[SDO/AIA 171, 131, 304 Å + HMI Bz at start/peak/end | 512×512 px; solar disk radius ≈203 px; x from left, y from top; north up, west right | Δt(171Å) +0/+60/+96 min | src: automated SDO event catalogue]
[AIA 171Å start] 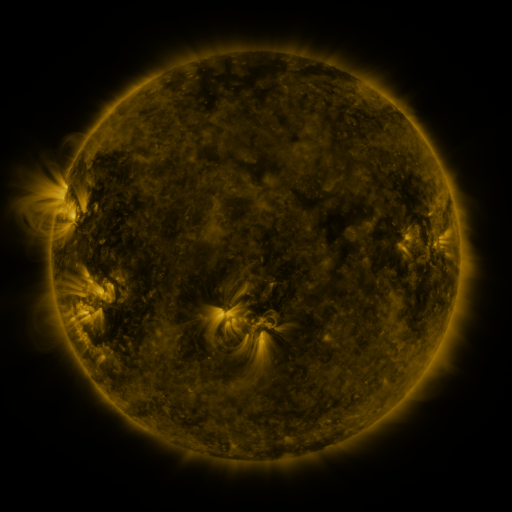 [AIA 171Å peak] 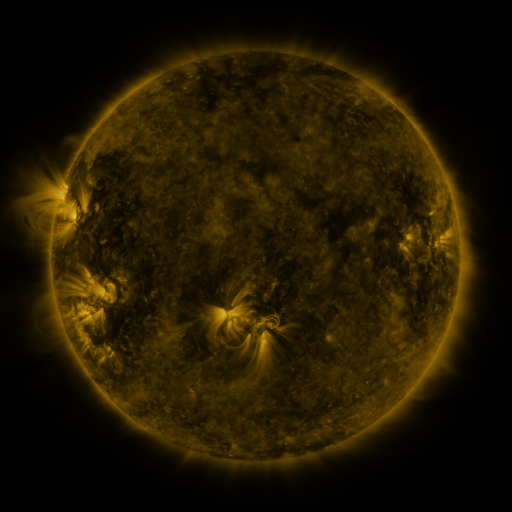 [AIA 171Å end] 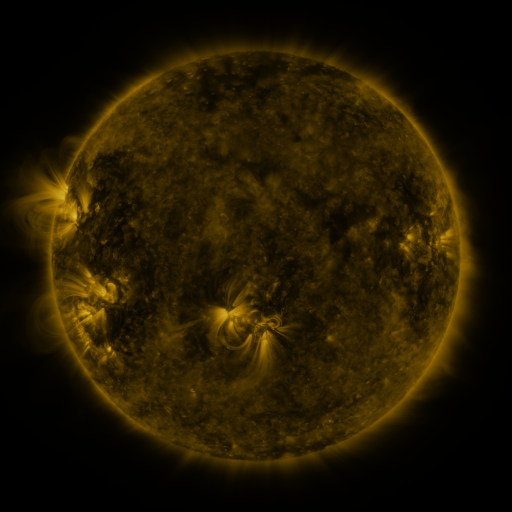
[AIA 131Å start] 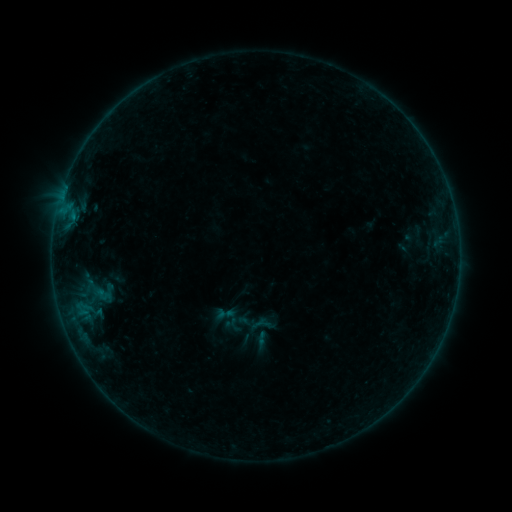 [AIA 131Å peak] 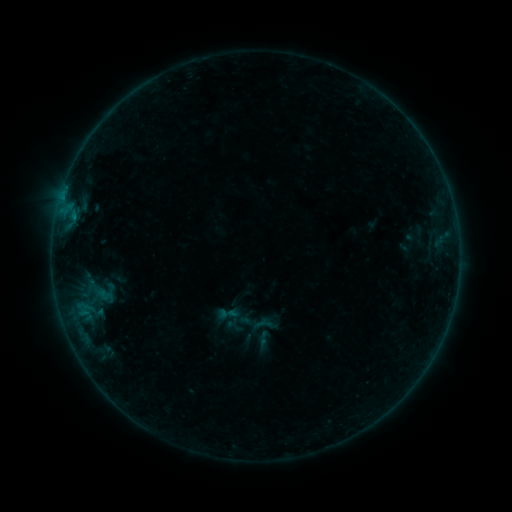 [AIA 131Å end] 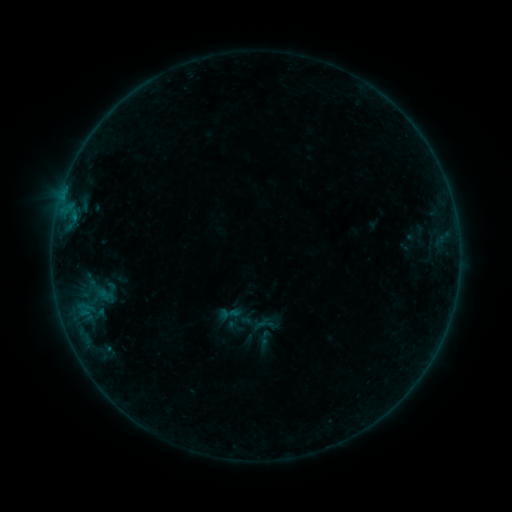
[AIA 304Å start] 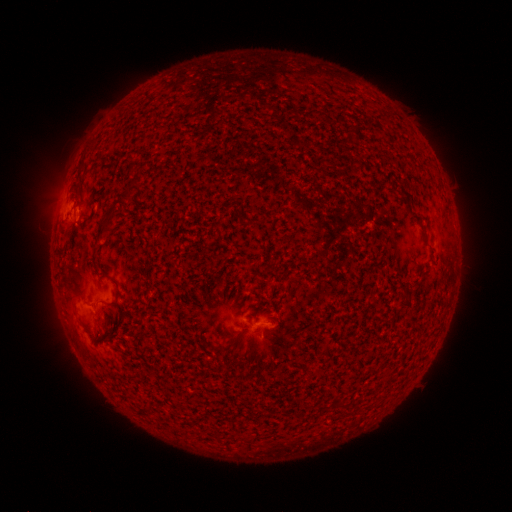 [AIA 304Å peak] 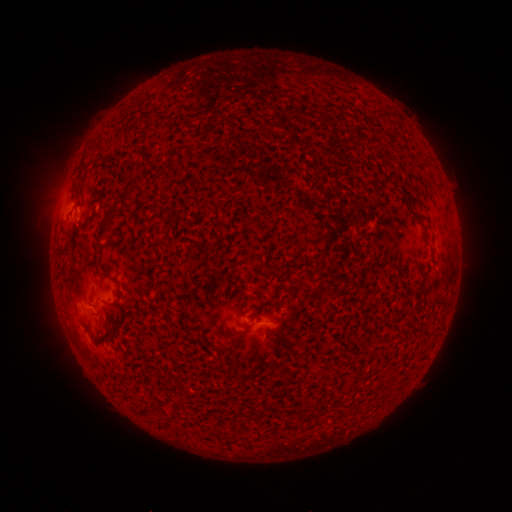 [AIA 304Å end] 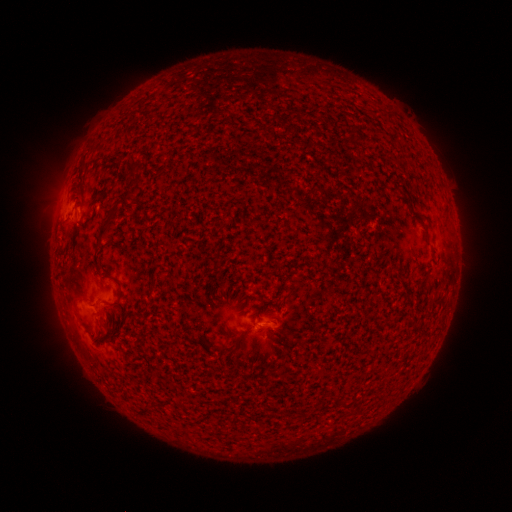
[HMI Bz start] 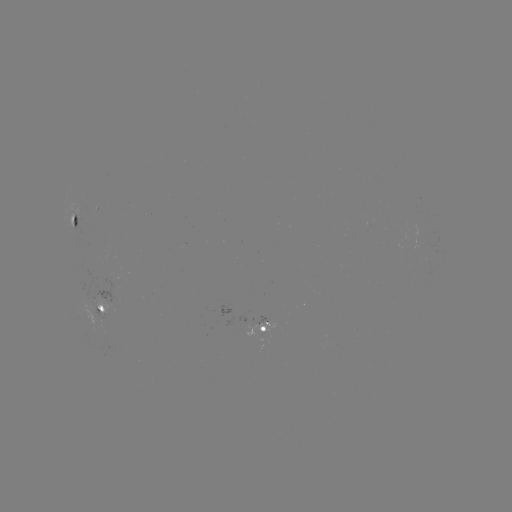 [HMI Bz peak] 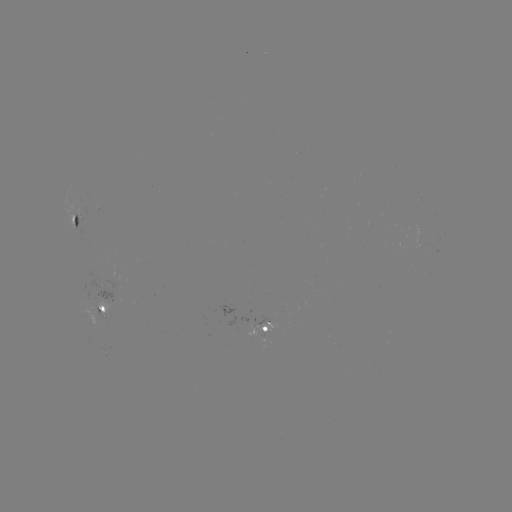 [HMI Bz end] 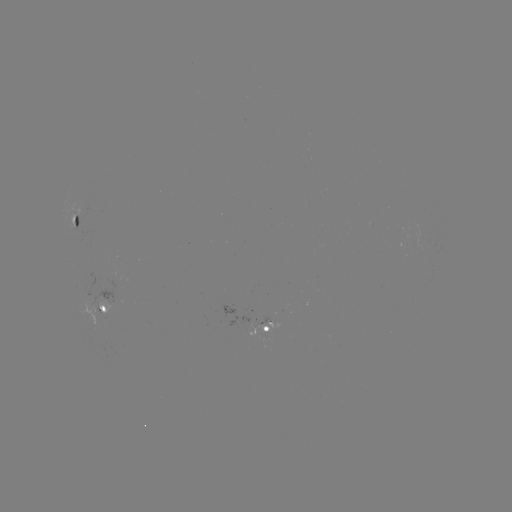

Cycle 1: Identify emerging-flux region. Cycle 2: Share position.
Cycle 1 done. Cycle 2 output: [256, 335].